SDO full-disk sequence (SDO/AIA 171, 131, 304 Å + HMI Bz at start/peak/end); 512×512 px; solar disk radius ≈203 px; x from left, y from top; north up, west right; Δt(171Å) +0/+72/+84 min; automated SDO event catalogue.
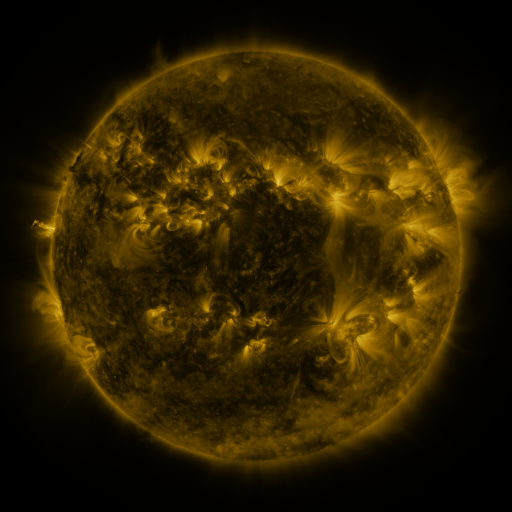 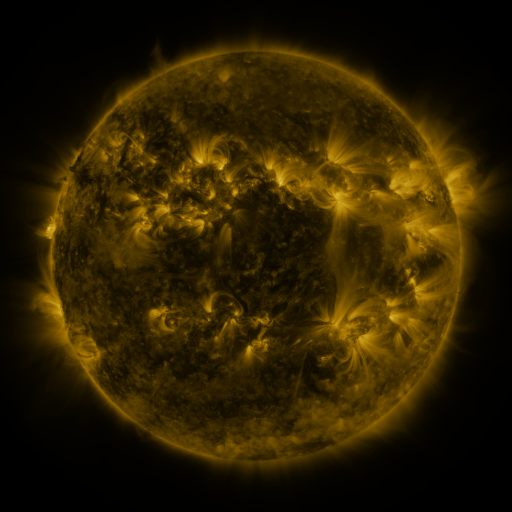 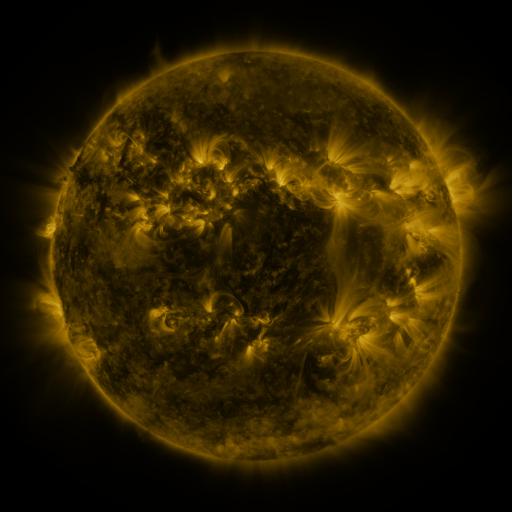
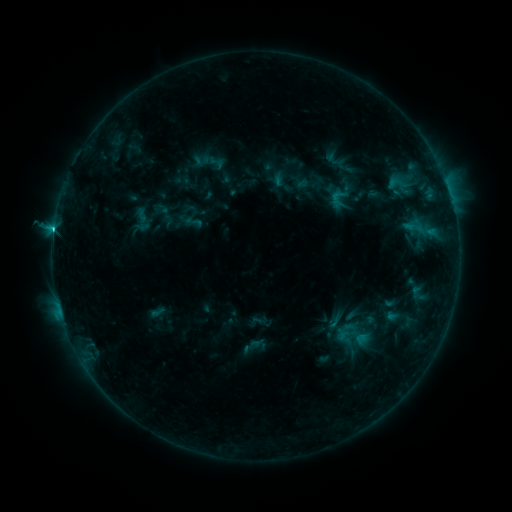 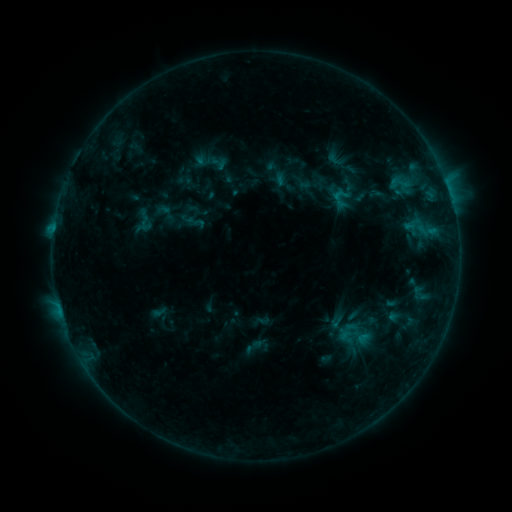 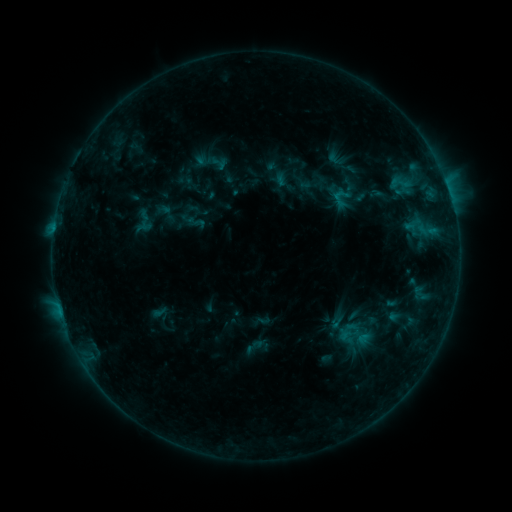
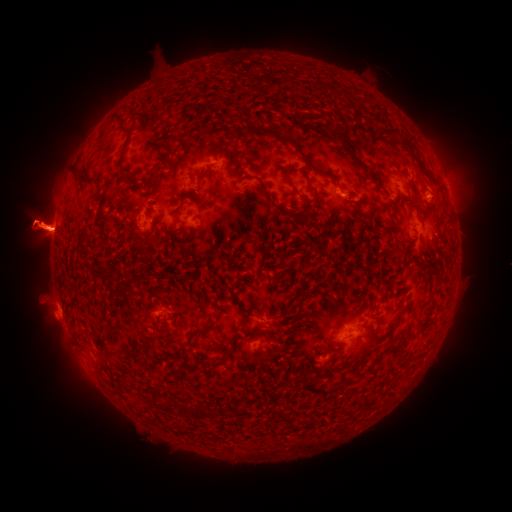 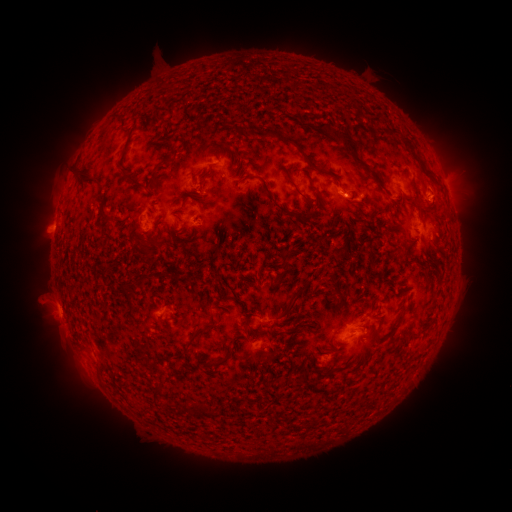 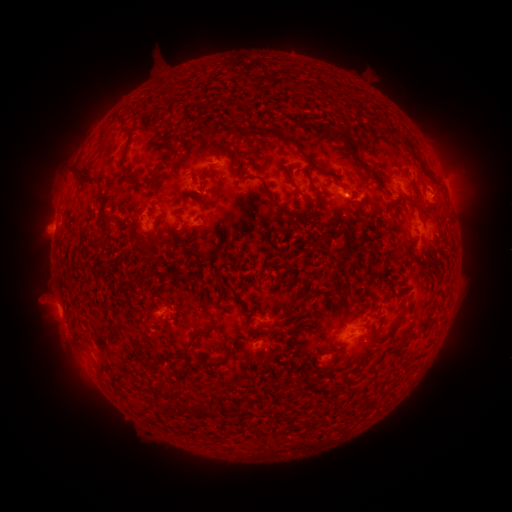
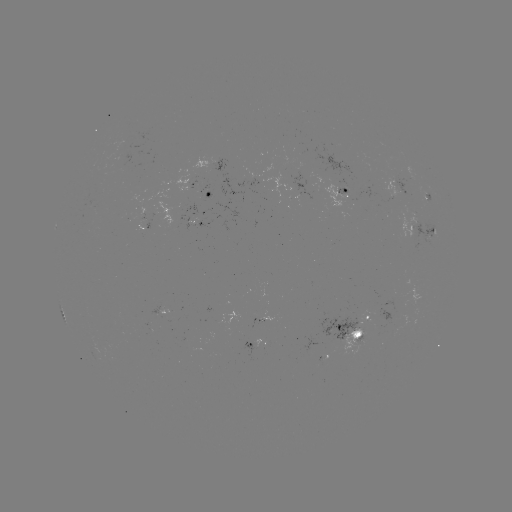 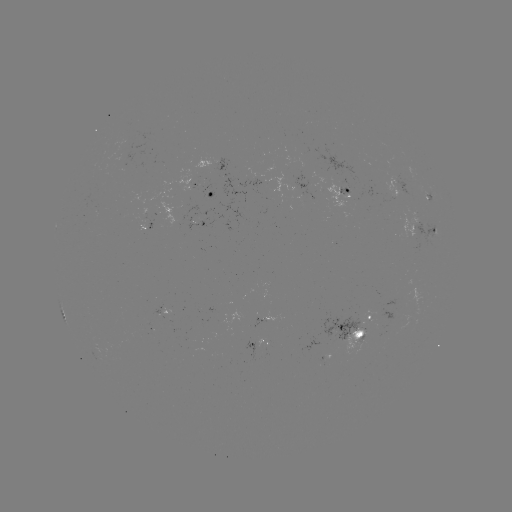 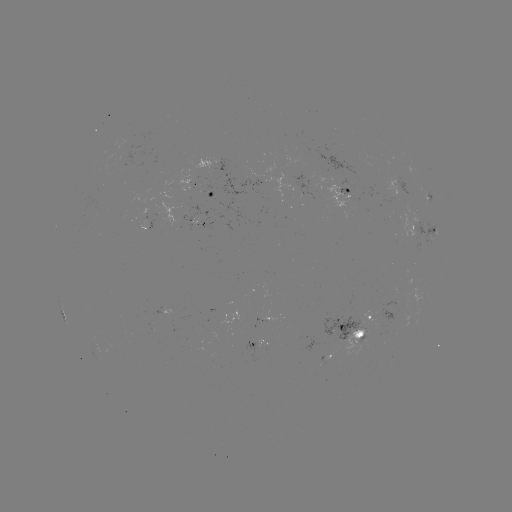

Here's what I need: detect emerging-flux region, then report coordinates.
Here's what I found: emerging-flux region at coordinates [413, 219].